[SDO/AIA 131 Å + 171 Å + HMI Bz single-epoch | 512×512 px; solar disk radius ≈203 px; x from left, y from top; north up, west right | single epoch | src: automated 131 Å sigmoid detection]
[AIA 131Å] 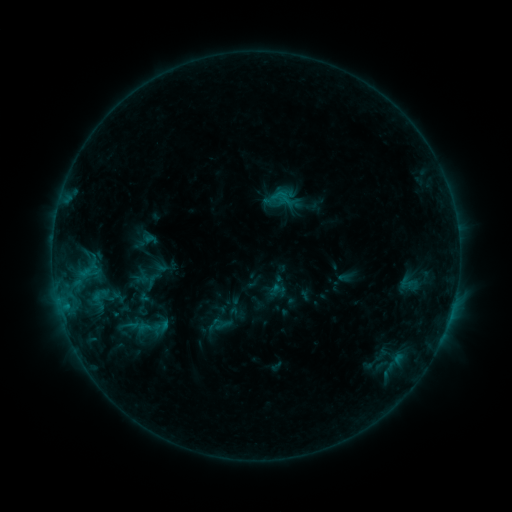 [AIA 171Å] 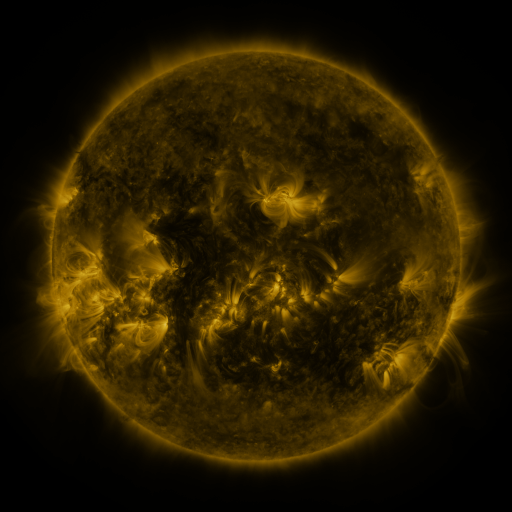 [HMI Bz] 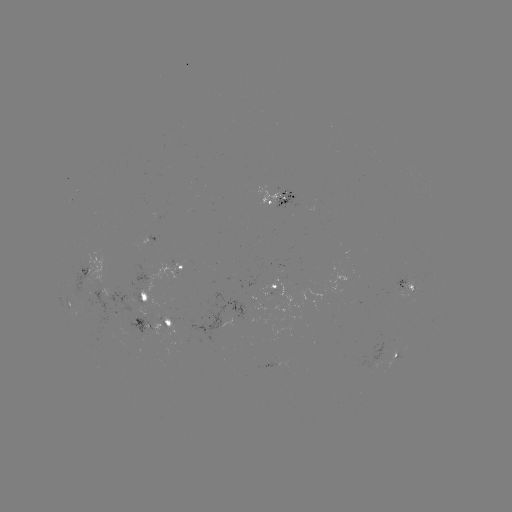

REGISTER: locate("sigmoid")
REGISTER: (152, 281)